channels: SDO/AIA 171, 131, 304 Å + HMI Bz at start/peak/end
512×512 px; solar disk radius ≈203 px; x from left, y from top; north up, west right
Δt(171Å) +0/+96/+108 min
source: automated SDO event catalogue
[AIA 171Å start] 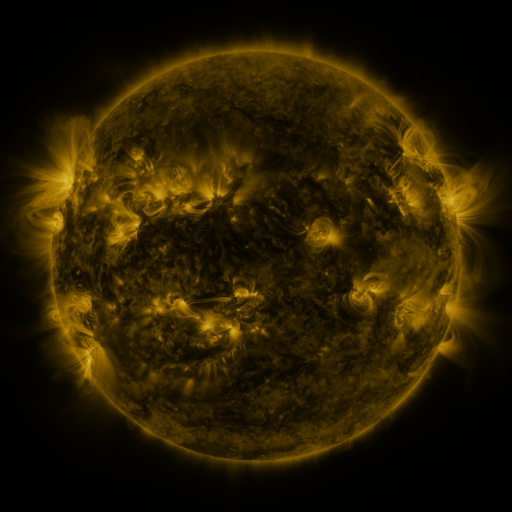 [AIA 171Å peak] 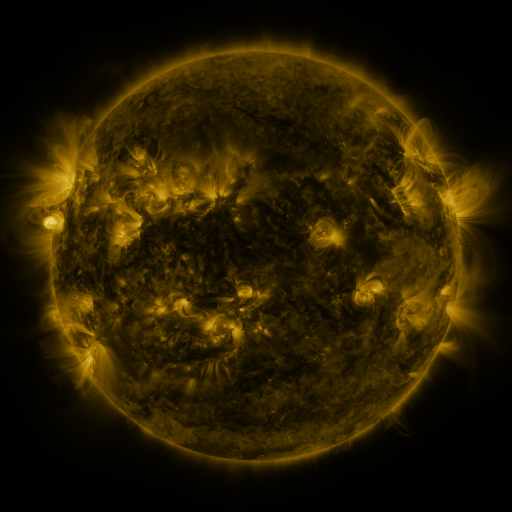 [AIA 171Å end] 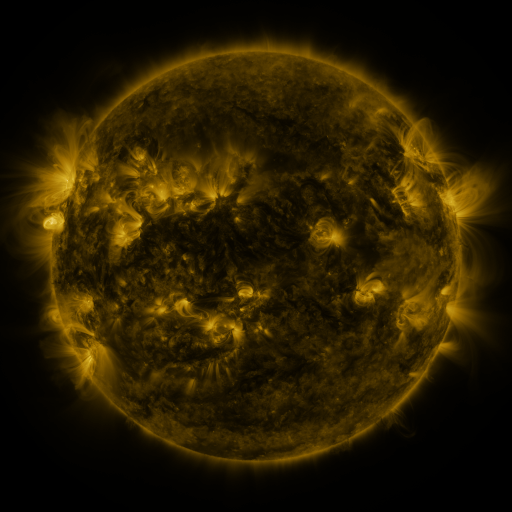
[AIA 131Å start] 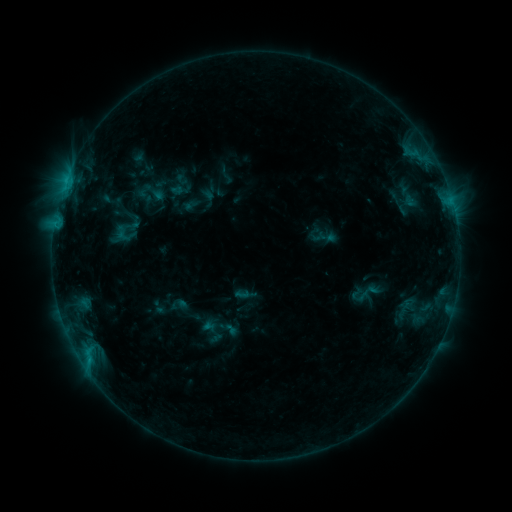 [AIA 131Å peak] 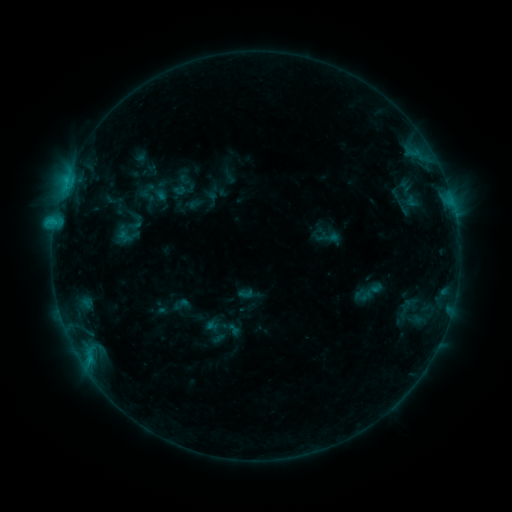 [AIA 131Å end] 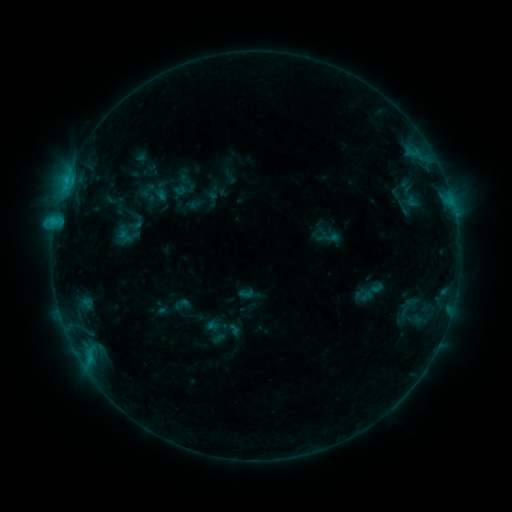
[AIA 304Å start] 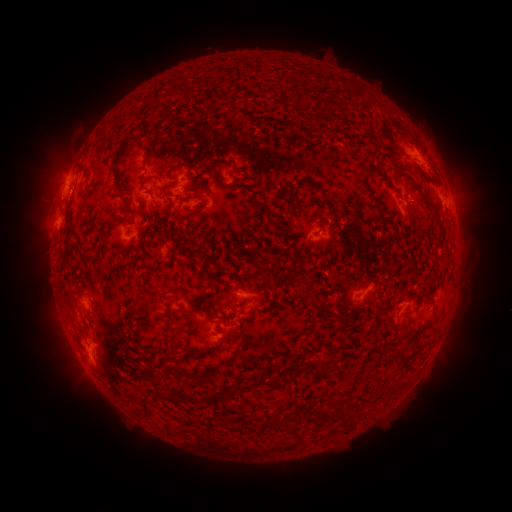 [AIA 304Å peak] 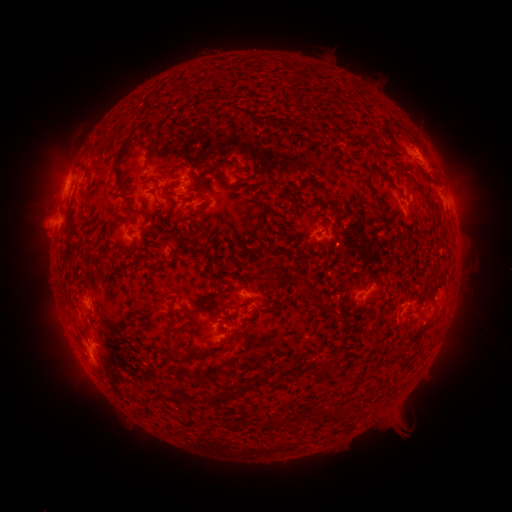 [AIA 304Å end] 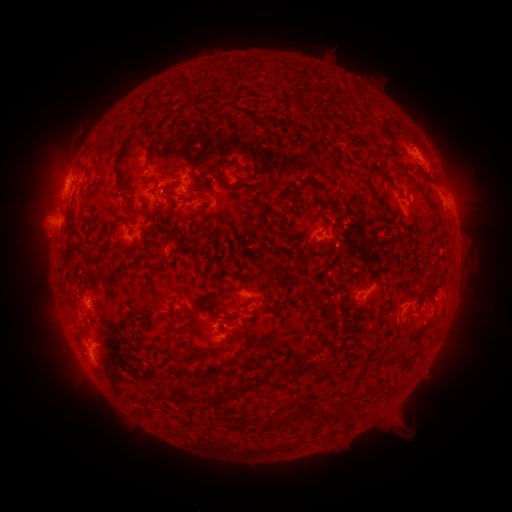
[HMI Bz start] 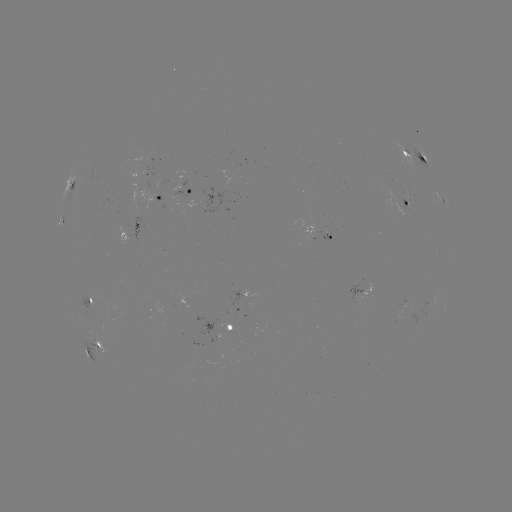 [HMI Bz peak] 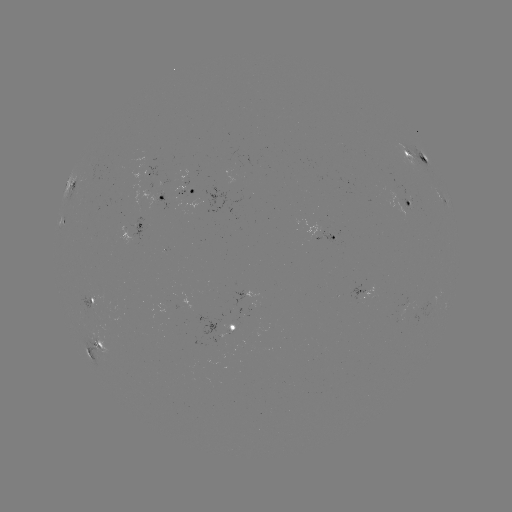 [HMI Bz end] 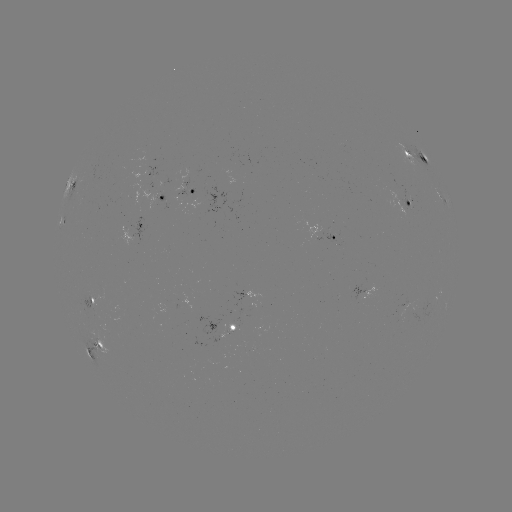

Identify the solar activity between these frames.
emerging-flux region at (88, 297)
